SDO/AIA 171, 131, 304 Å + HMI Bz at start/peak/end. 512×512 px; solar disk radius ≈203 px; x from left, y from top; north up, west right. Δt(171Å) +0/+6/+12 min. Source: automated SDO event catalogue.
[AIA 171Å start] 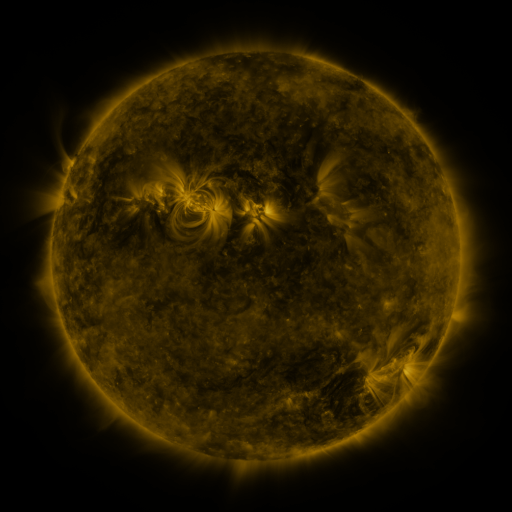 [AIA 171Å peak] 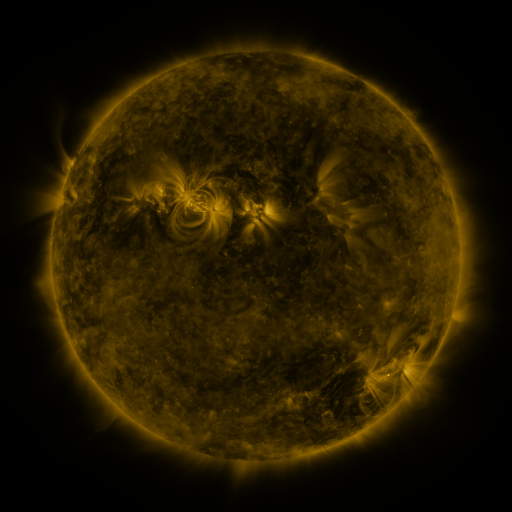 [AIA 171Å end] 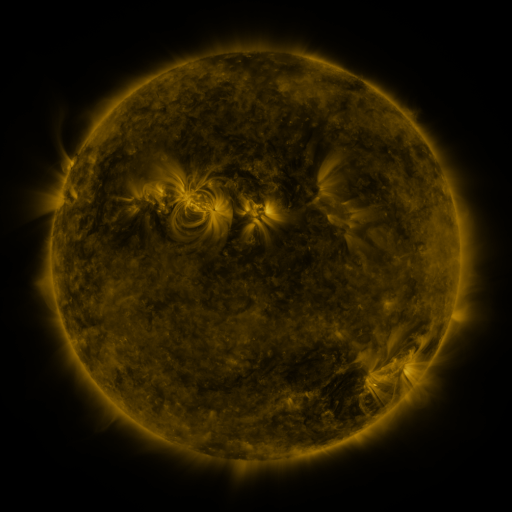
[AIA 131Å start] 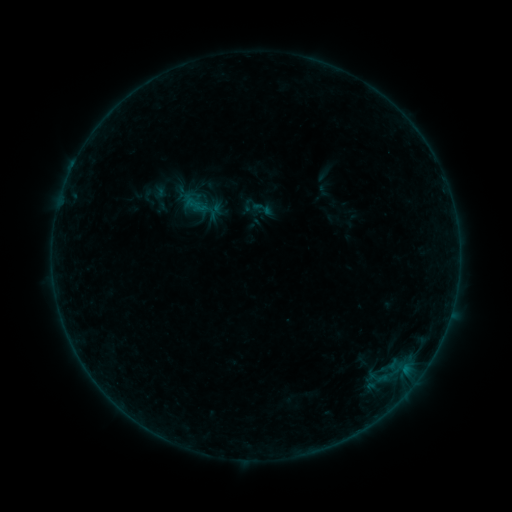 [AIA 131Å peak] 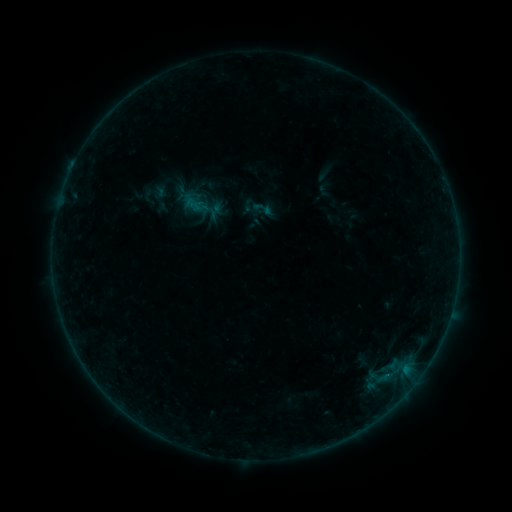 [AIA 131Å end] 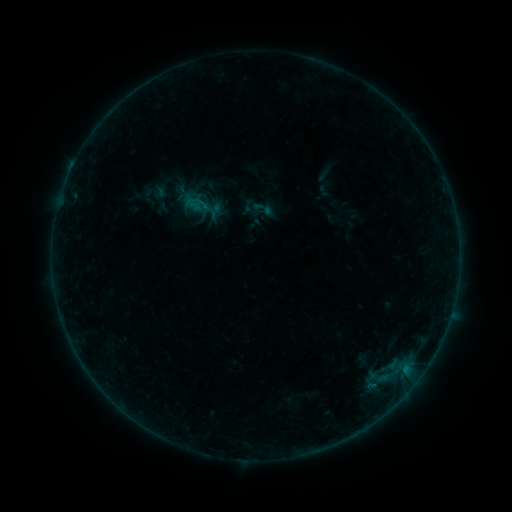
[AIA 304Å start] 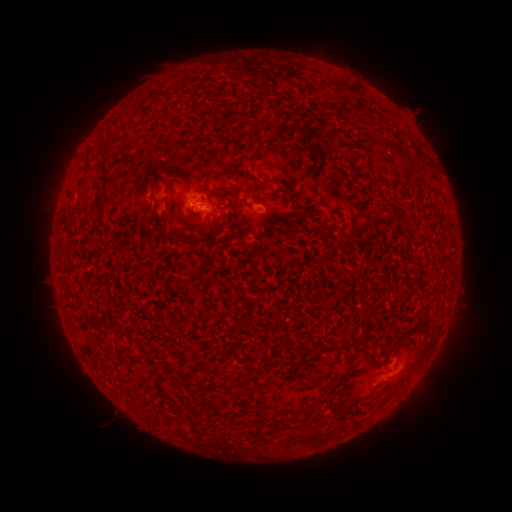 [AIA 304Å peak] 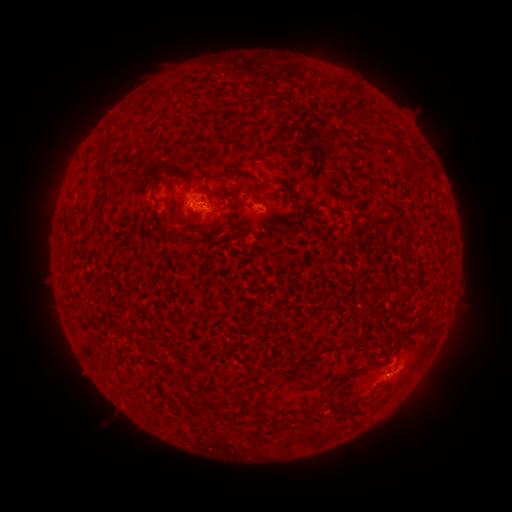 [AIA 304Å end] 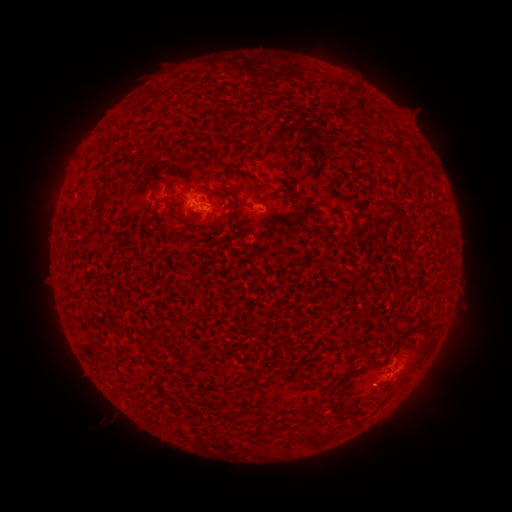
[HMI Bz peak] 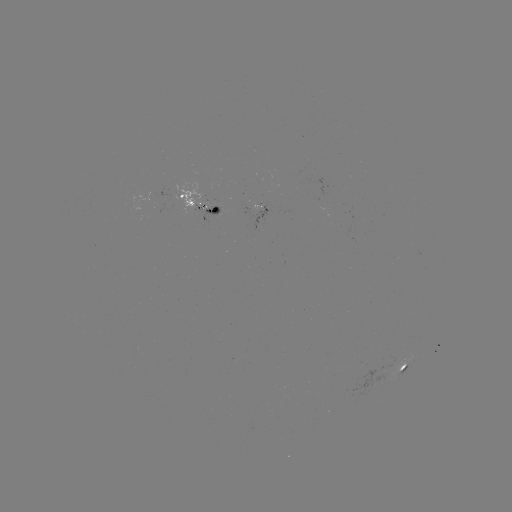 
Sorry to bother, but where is B1.9 flare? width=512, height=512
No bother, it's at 190,204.